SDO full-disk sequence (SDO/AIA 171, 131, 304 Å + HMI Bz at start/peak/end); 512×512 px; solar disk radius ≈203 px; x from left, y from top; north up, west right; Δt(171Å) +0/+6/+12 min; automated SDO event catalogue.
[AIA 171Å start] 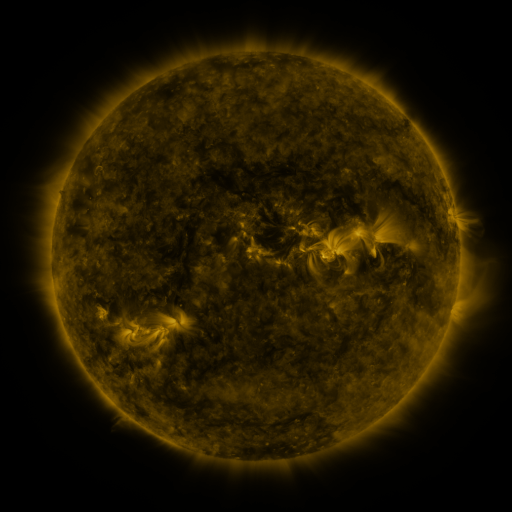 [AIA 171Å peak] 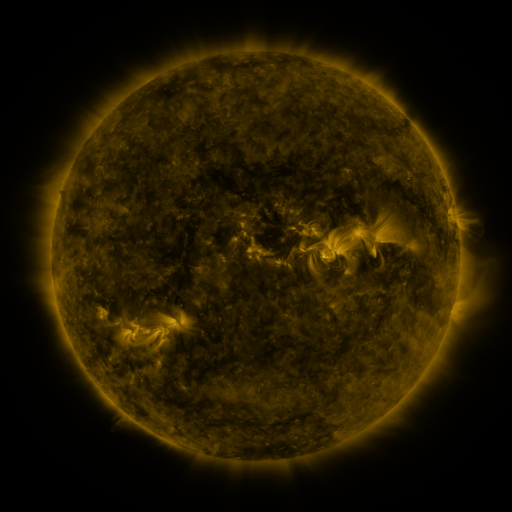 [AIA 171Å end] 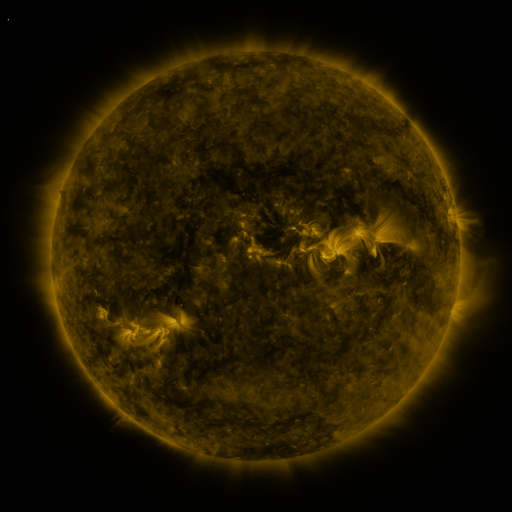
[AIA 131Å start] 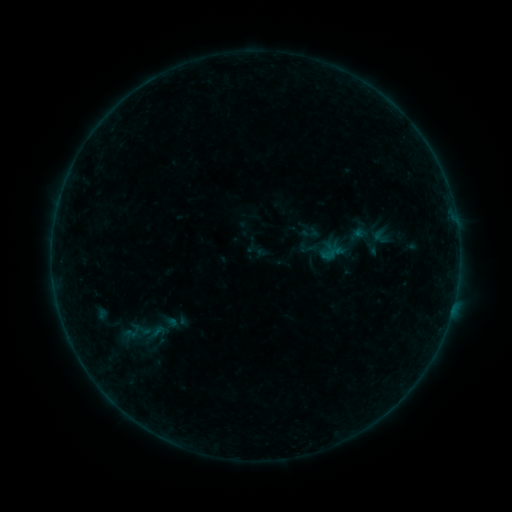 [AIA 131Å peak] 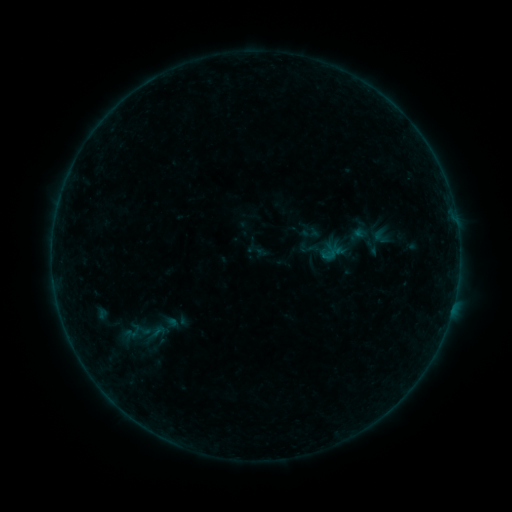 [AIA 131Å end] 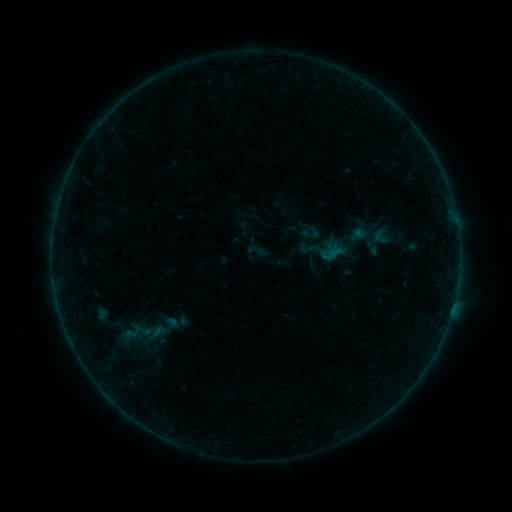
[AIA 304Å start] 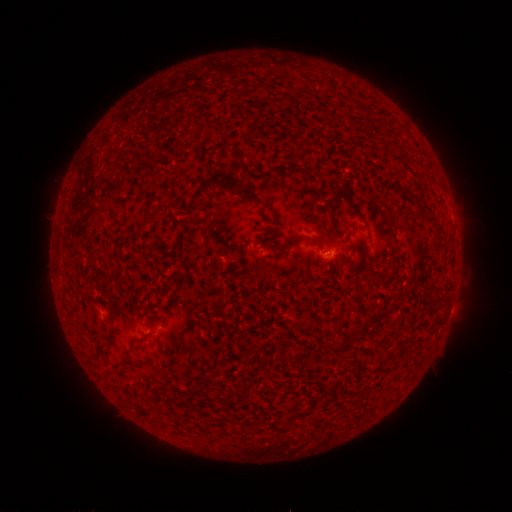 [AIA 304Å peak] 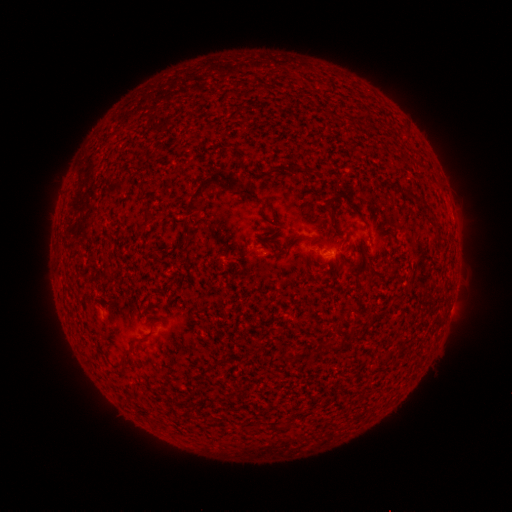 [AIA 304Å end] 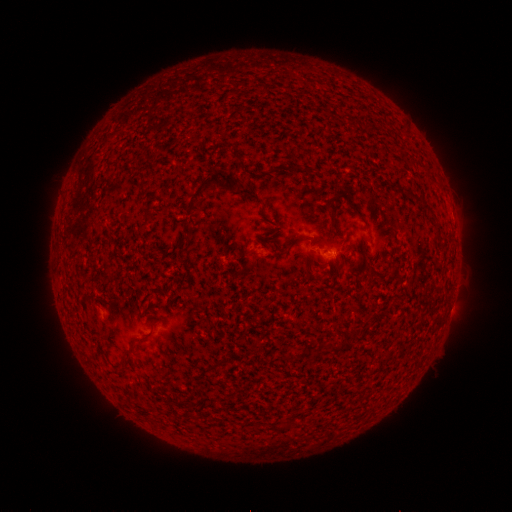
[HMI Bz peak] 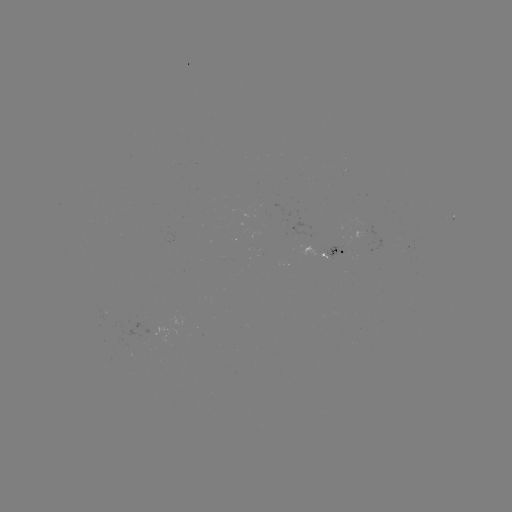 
nothing was catalogued: no classed flare, no EUV trigger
